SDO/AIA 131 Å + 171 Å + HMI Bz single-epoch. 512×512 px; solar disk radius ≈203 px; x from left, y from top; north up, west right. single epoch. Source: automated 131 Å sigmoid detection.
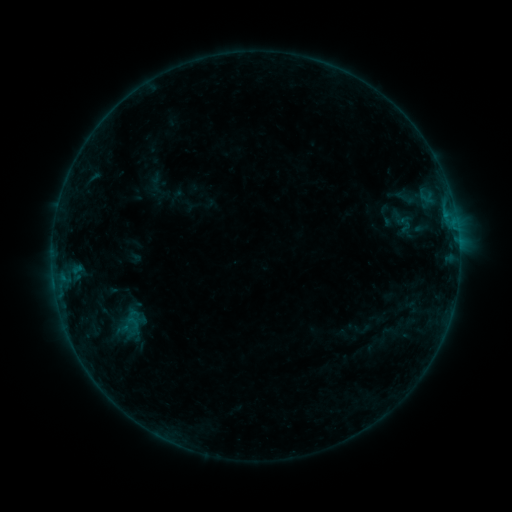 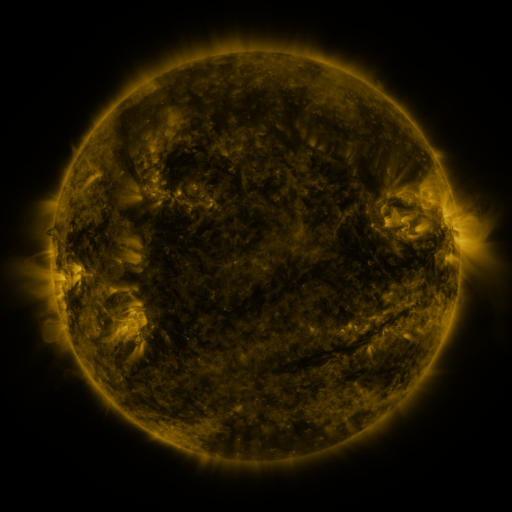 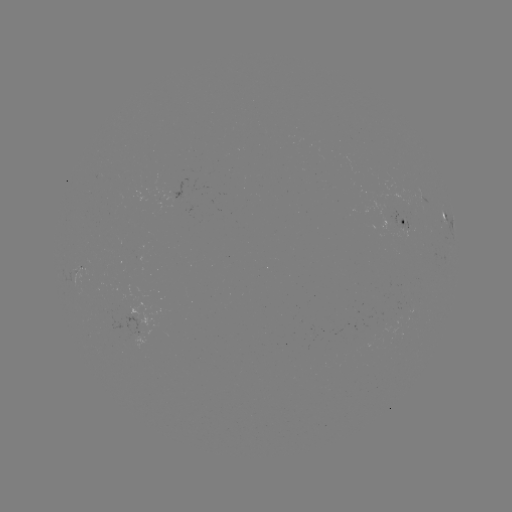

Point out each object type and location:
sigmoid: (120, 315, 145, 331)
